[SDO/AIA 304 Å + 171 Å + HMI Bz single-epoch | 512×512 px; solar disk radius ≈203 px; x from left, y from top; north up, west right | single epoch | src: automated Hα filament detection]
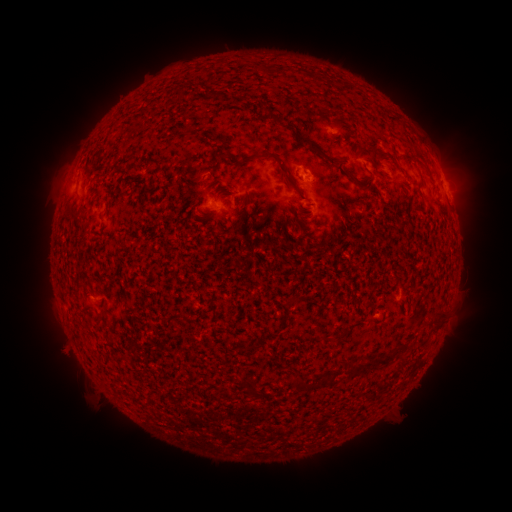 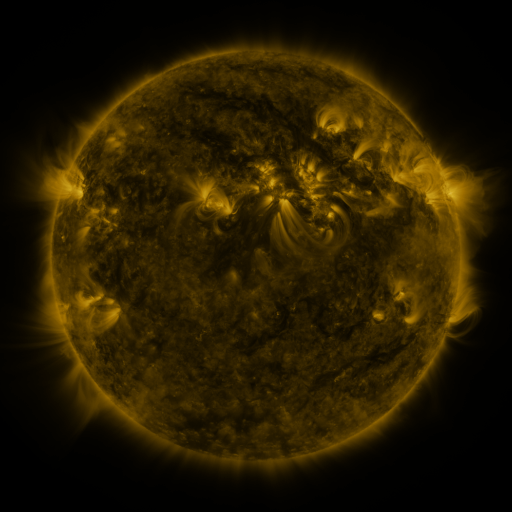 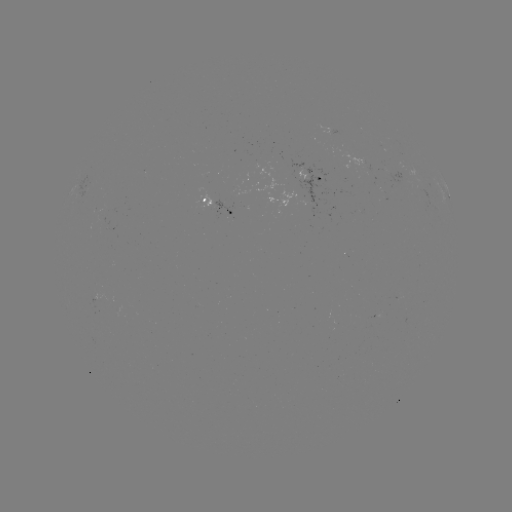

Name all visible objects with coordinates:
filament: <bbox>274, 65, 284, 75</bbox>
filament: <bbox>305, 145, 338, 166</bbox>
filament: <bbox>403, 147, 413, 157</bbox>
filament: <bbox>210, 149, 234, 165</bbox>
filament: <bbox>250, 149, 298, 191</bbox>
filament: <bbox>343, 169, 366, 190</bbox>
filament: <bbox>404, 193, 412, 204</bbox>
filament: <bbox>235, 194, 255, 229</bbox>
filament: <bbox>78, 203, 89, 212</bbox>
filament: <bbox>72, 210, 84, 220</bbox>
filament: <bbox>100, 303, 107, 312</bbox>
filament: <bbox>431, 311, 445, 333</bbox>
filament: <bbox>364, 351, 394, 368</bbox>
filament: <bbox>347, 359, 362, 377</bbox>
filament: <bbox>290, 376, 317, 392</bbox>
filament: <bbox>243, 380, 258, 398</bbox>
